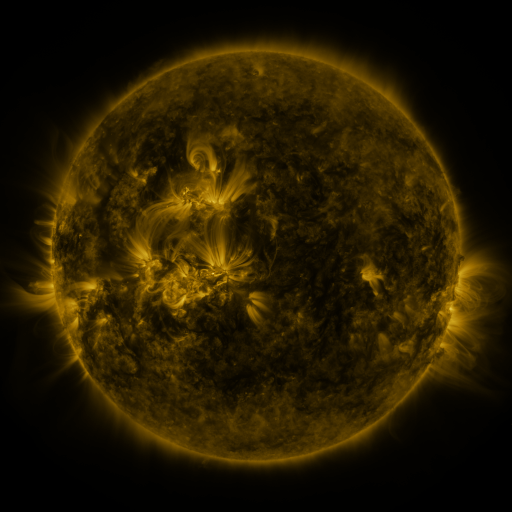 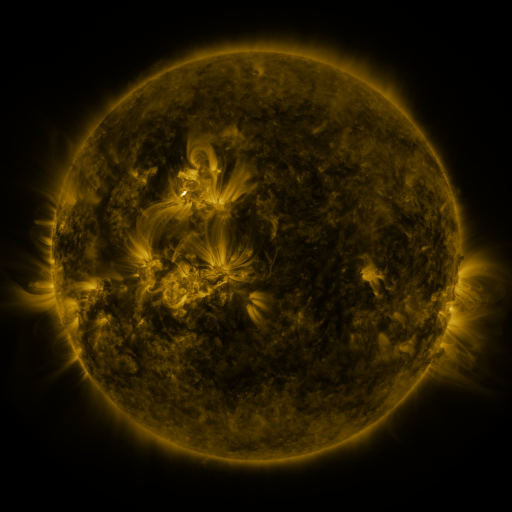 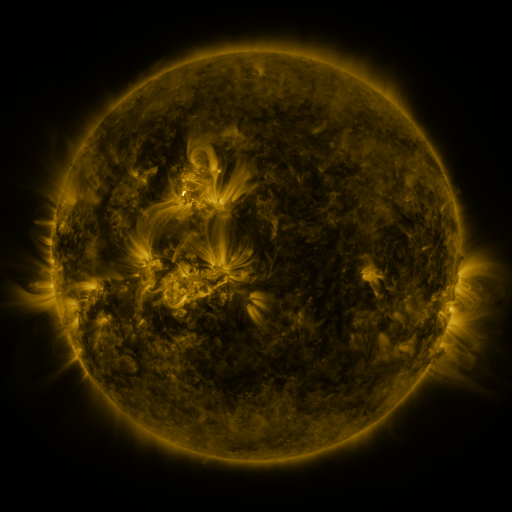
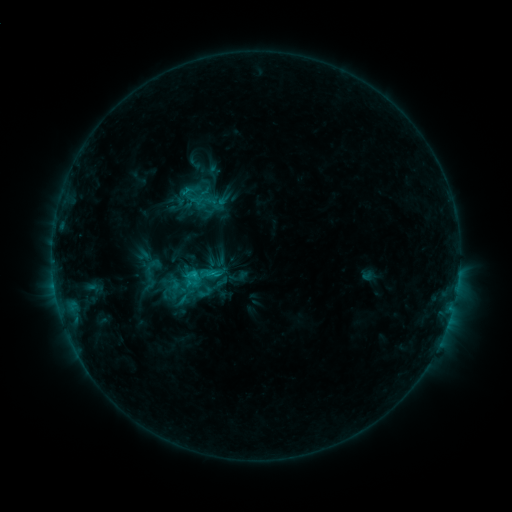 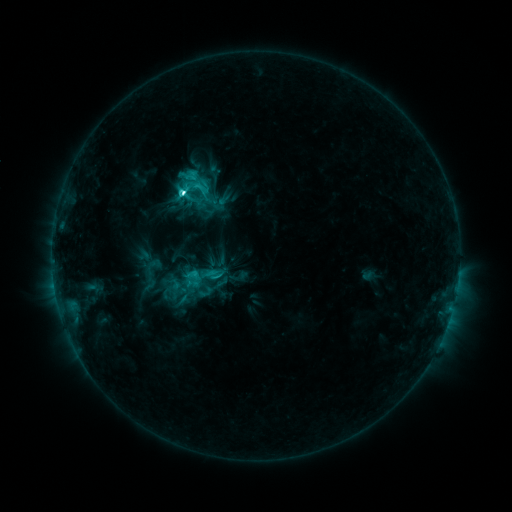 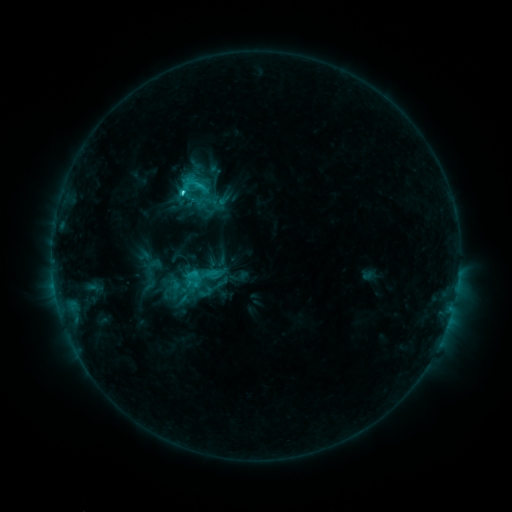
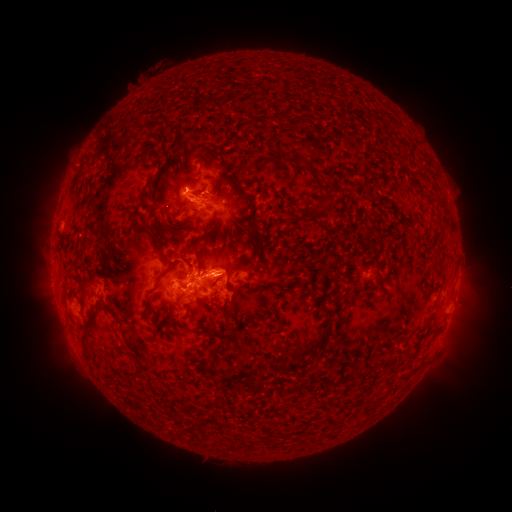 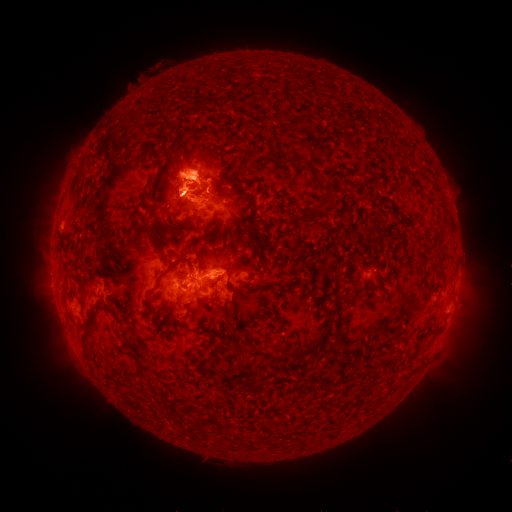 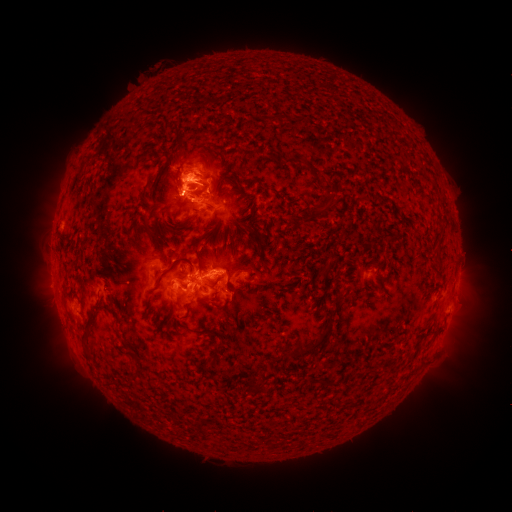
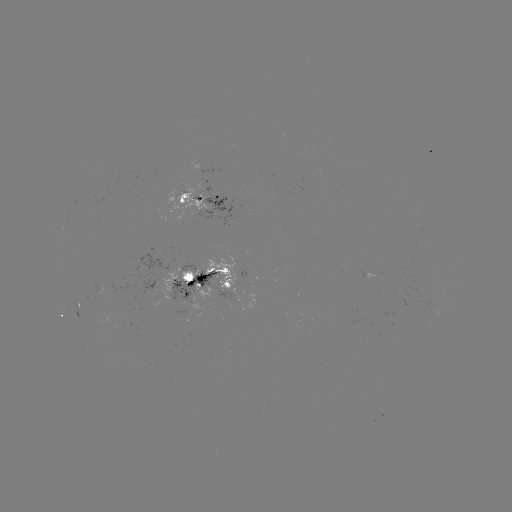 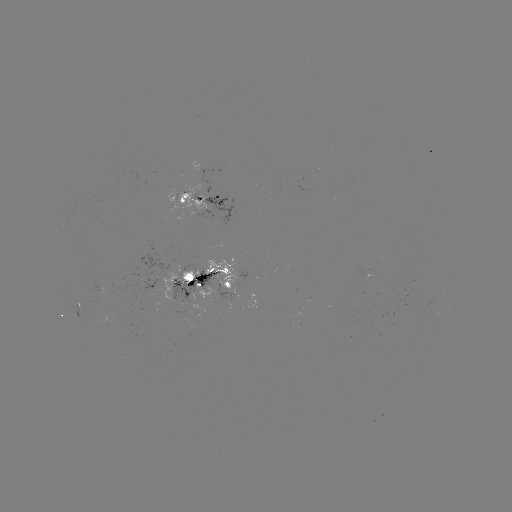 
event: flare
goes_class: C6.5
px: (184, 194)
